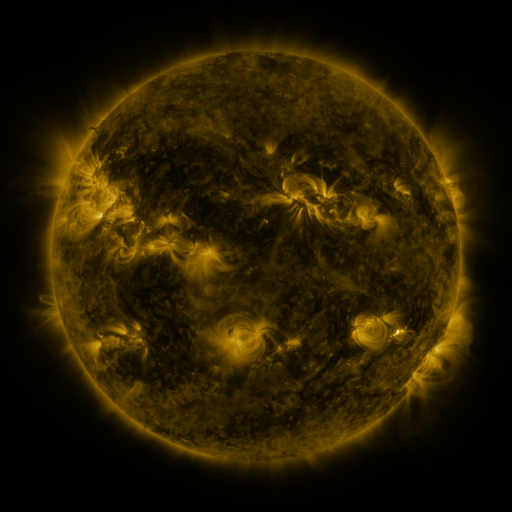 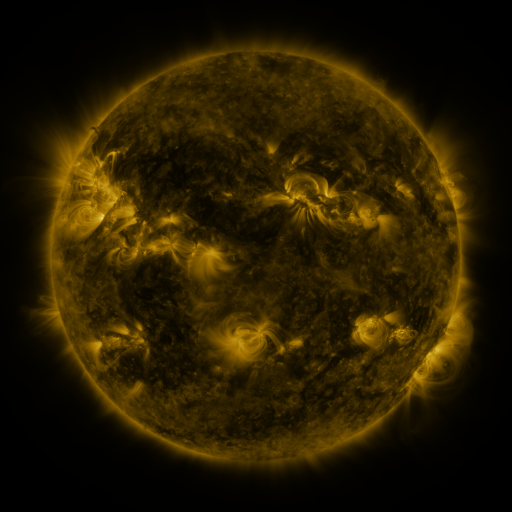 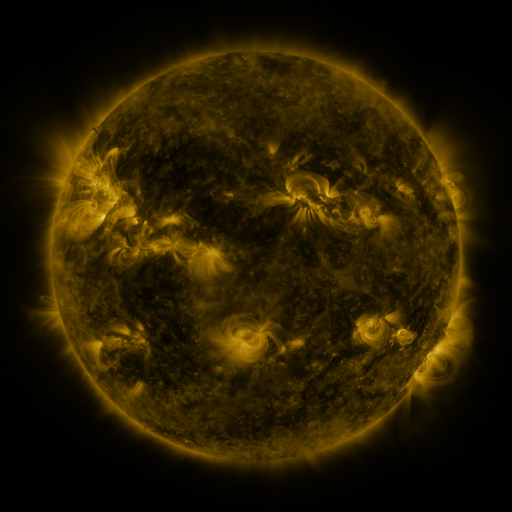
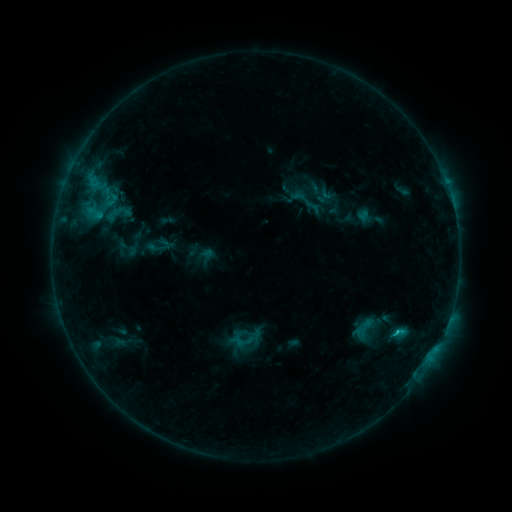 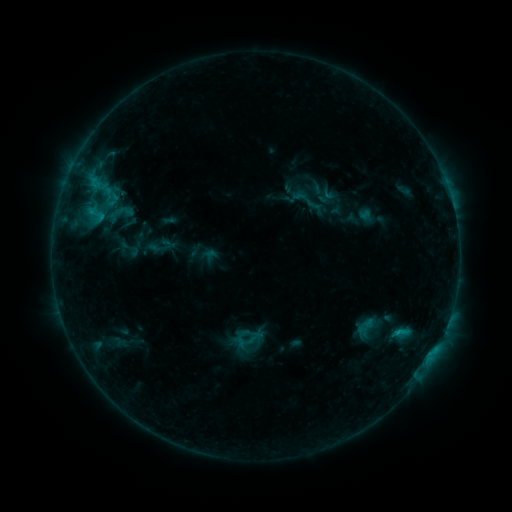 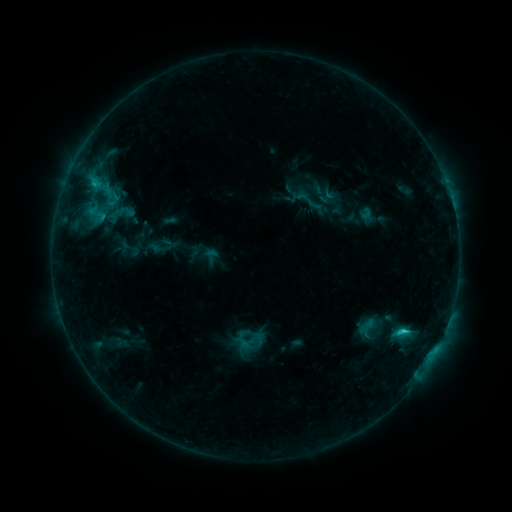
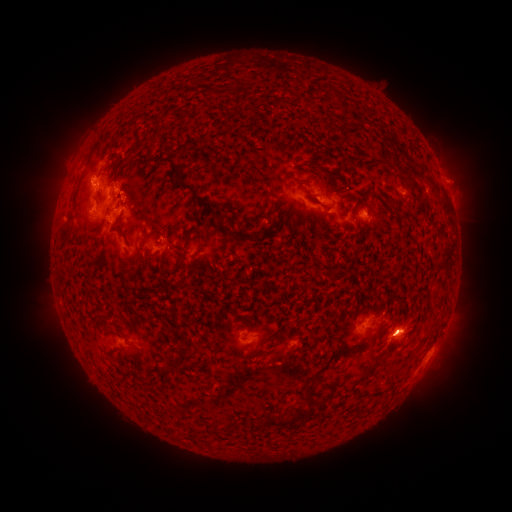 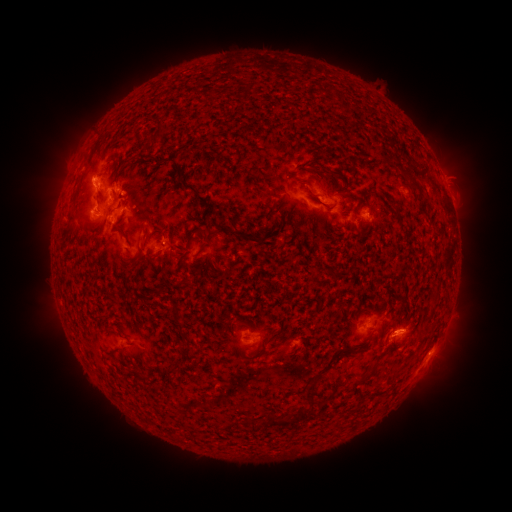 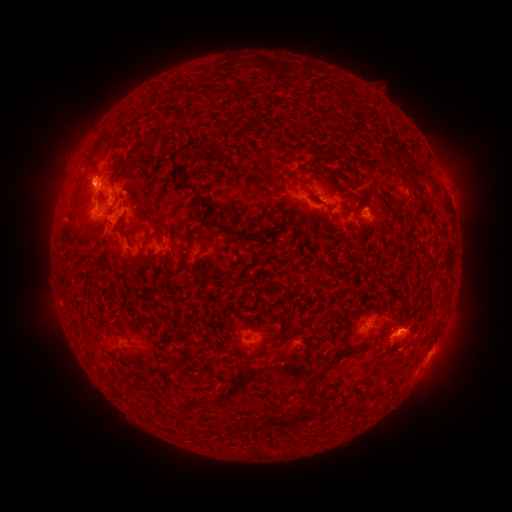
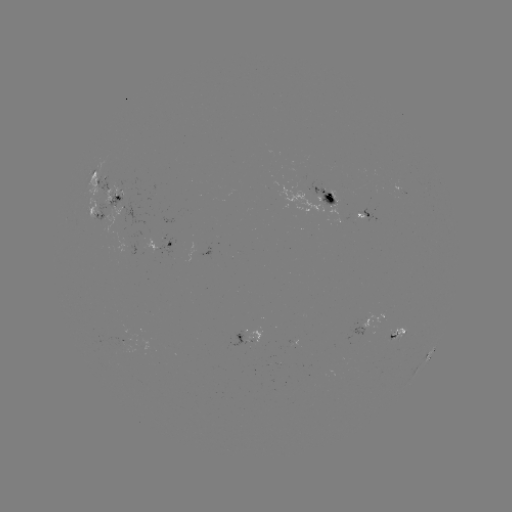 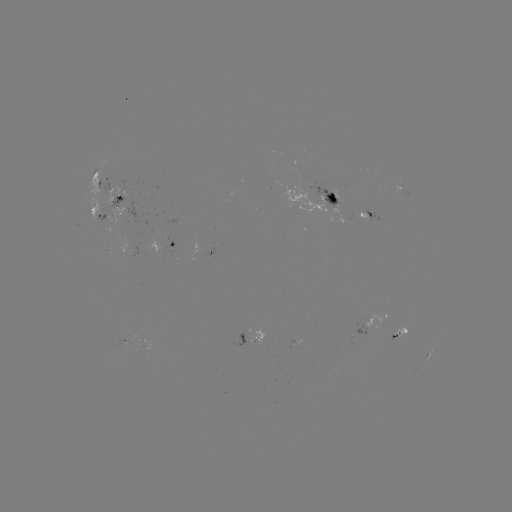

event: emerging-flux region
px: (356, 216)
